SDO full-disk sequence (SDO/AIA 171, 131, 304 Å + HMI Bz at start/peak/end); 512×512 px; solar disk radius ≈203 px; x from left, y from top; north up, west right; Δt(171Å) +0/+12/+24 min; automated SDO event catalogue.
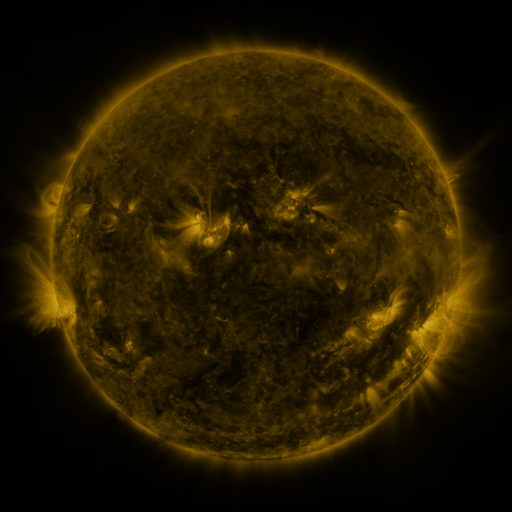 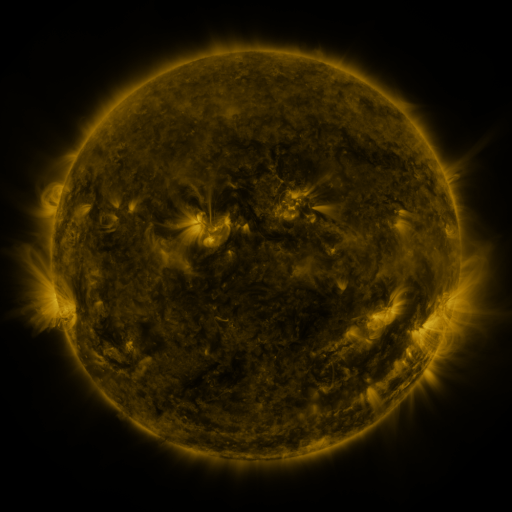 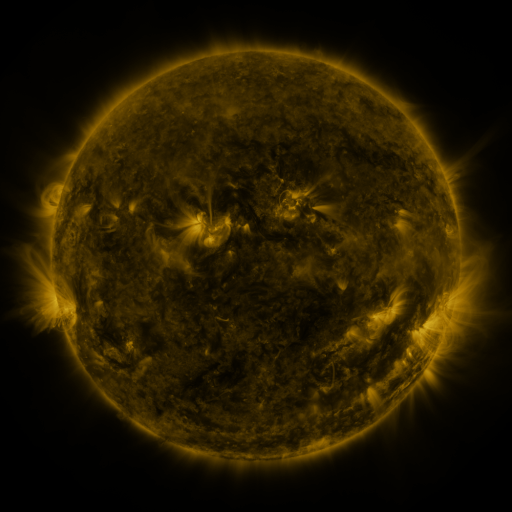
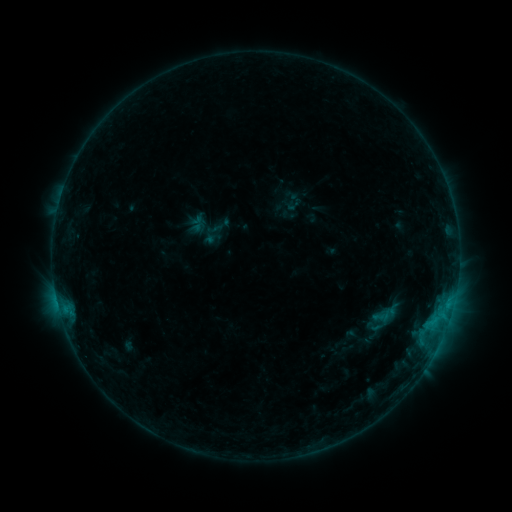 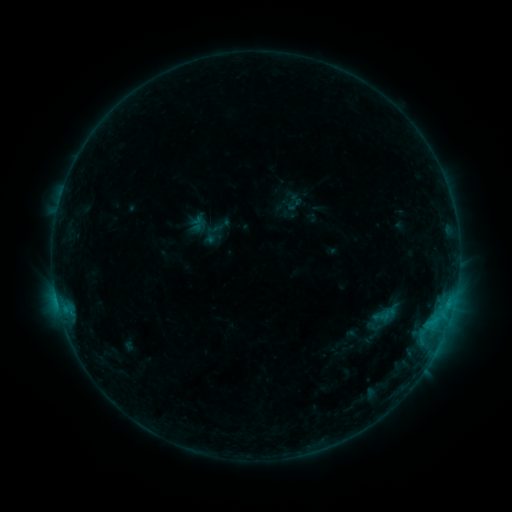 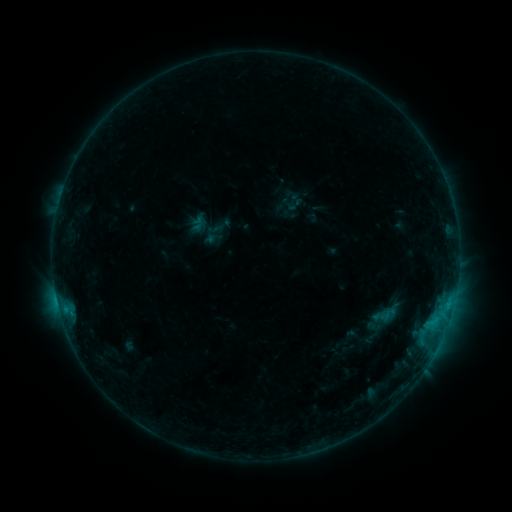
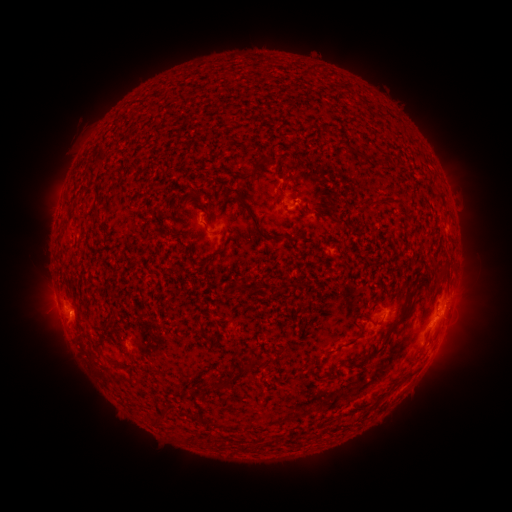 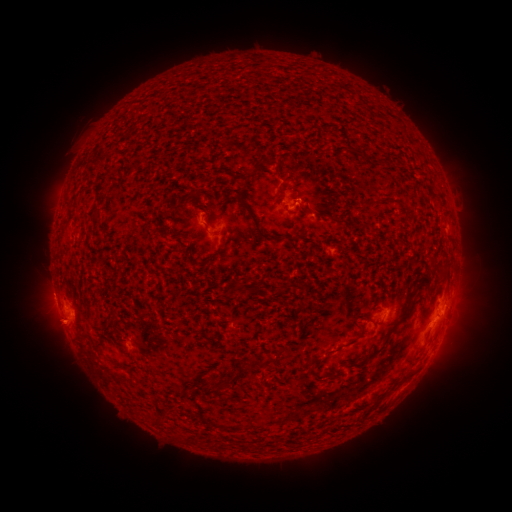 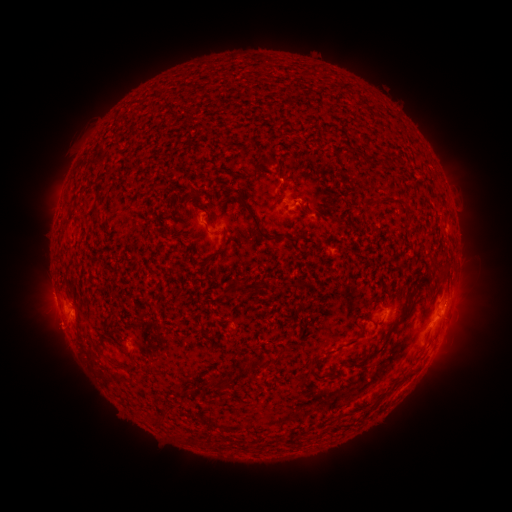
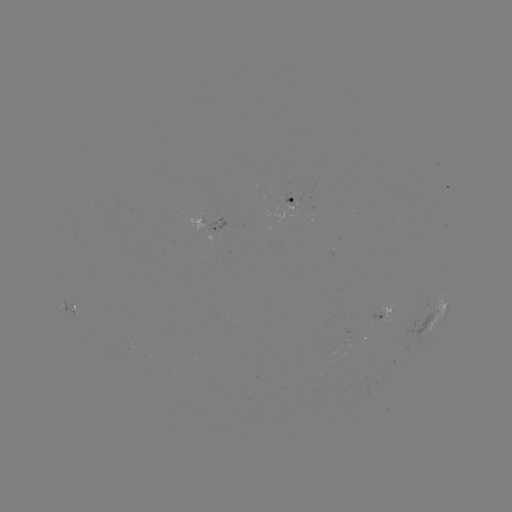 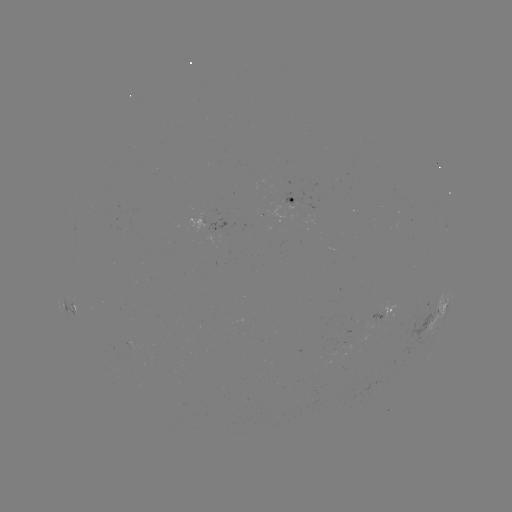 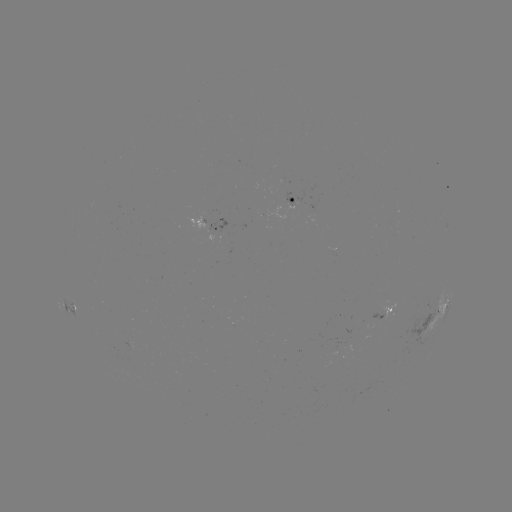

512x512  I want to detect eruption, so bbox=[29, 303, 89, 361].